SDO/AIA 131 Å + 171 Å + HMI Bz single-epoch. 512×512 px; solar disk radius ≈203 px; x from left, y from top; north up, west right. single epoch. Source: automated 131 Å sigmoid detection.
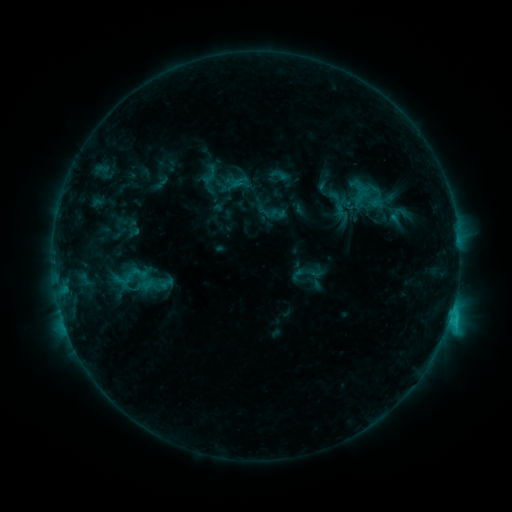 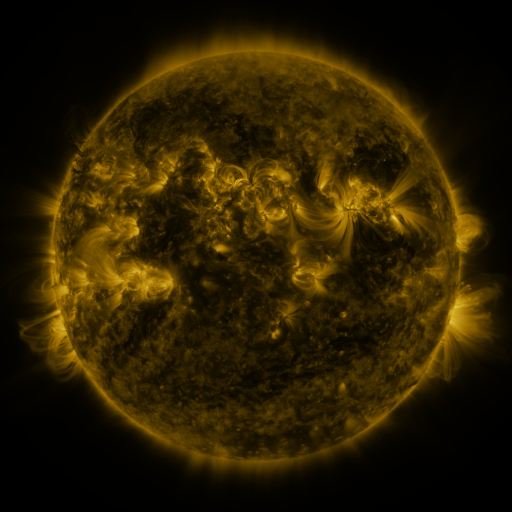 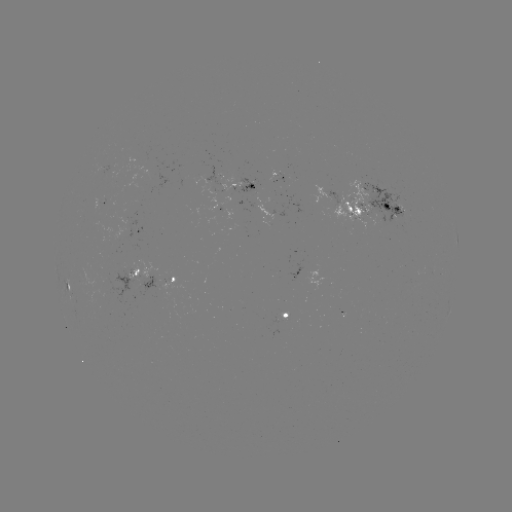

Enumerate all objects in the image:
sigmoid: <bbox>269, 166, 289, 184</bbox>
sigmoid: <bbox>325, 189, 348, 209</bbox>
